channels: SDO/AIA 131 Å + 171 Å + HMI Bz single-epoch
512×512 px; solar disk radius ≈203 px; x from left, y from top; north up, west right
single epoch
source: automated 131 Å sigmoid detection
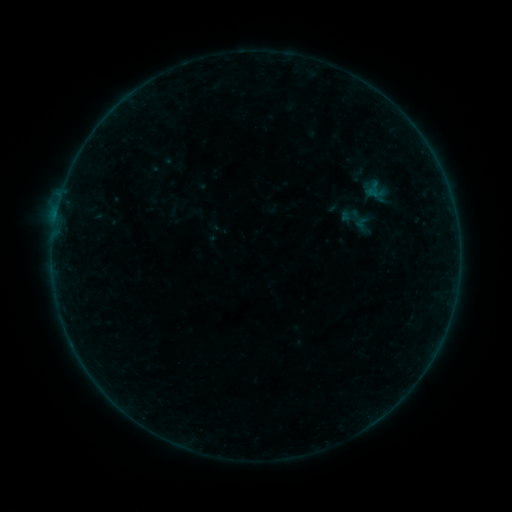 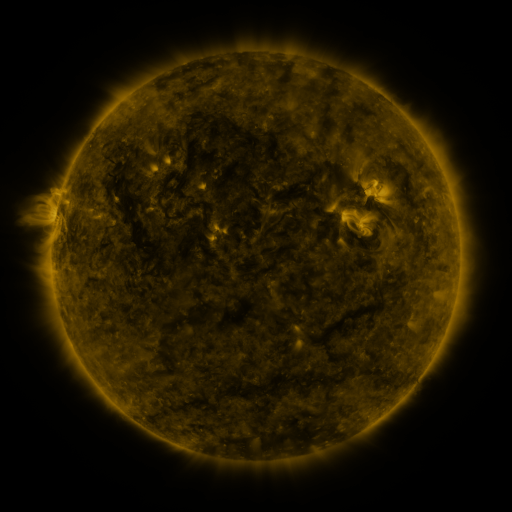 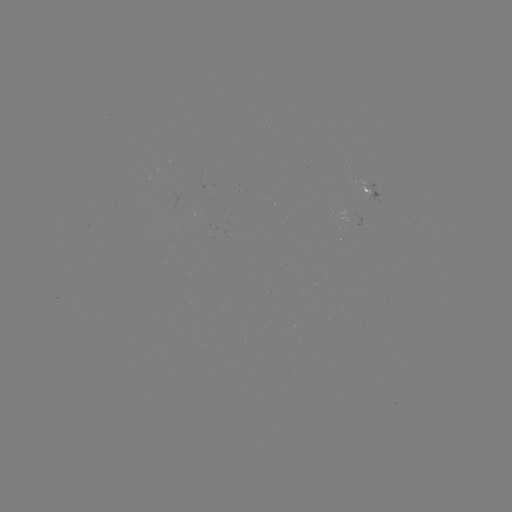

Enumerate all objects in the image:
sigmoid: <bbox>352, 214, 372, 235</bbox>
